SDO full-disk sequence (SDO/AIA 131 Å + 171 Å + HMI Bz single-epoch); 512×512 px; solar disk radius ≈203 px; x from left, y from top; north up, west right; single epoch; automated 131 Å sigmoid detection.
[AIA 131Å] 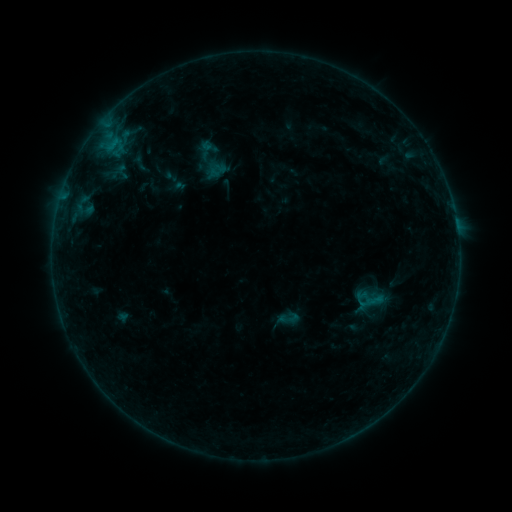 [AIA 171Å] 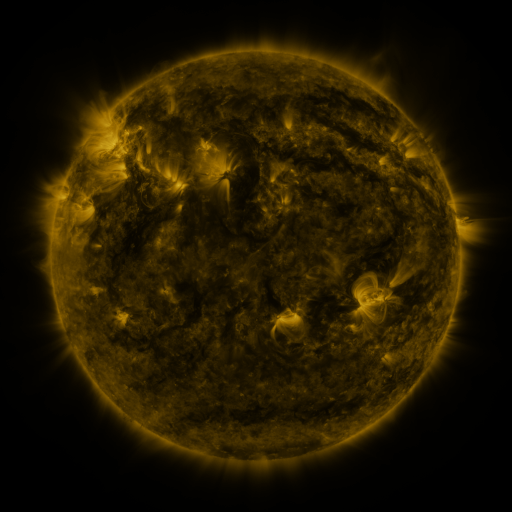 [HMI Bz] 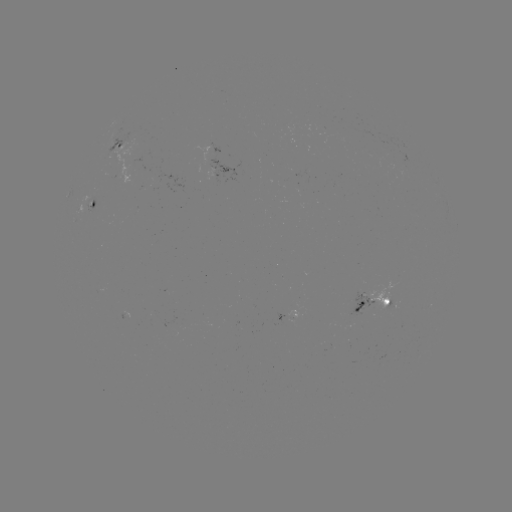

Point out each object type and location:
sigmoid: (209, 162, 227, 179)
sigmoid: (276, 305, 301, 332)
